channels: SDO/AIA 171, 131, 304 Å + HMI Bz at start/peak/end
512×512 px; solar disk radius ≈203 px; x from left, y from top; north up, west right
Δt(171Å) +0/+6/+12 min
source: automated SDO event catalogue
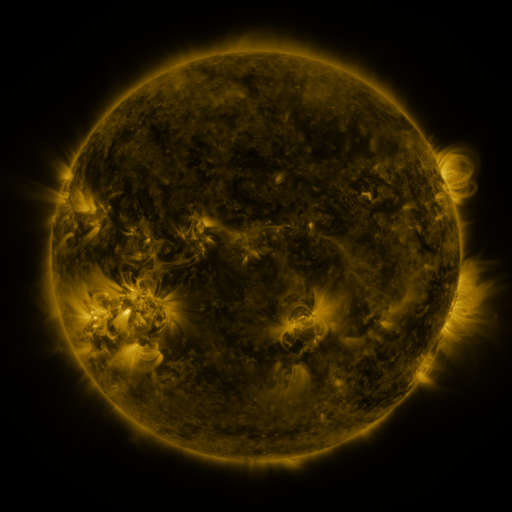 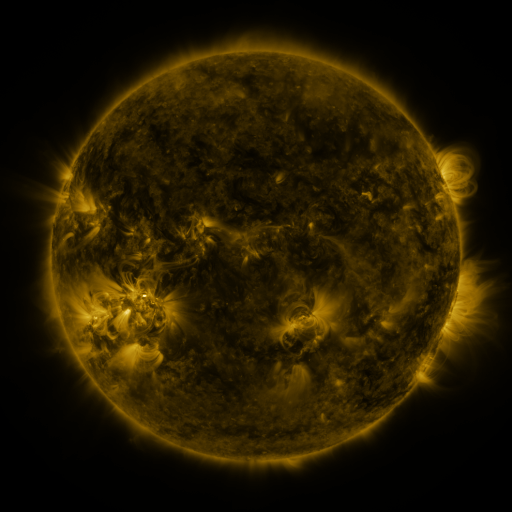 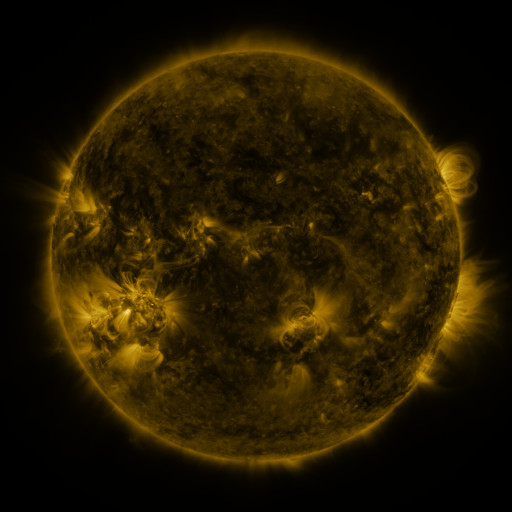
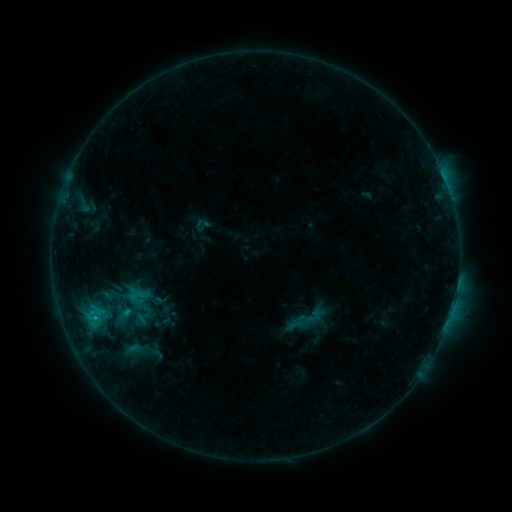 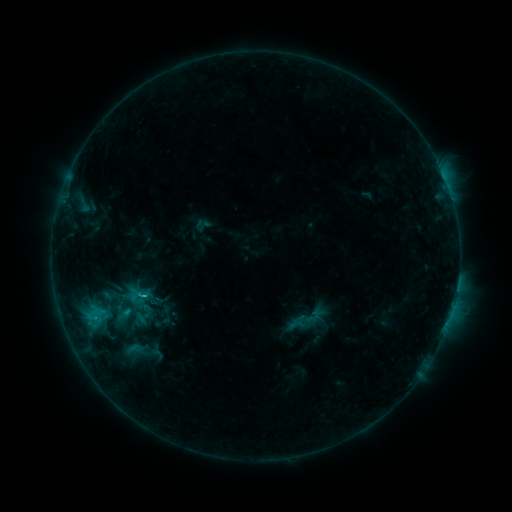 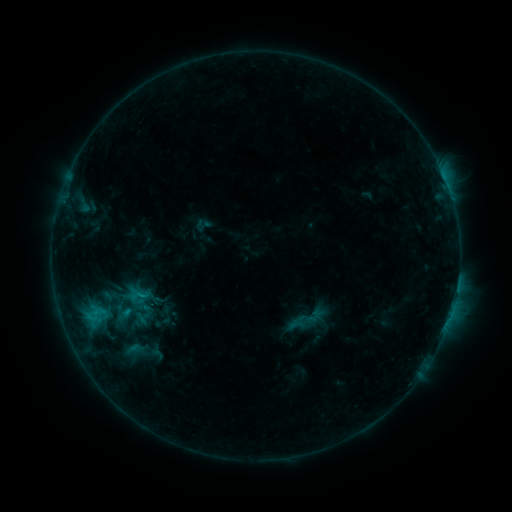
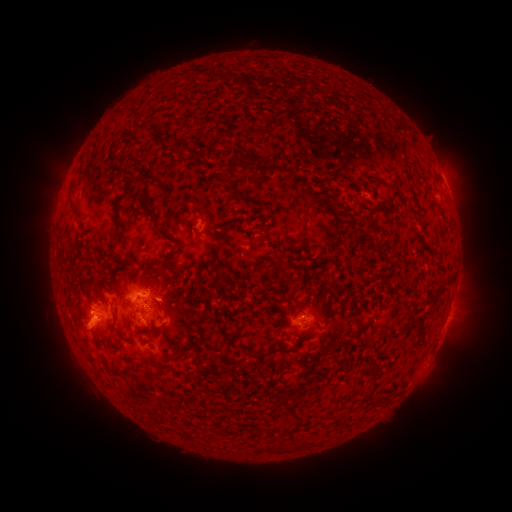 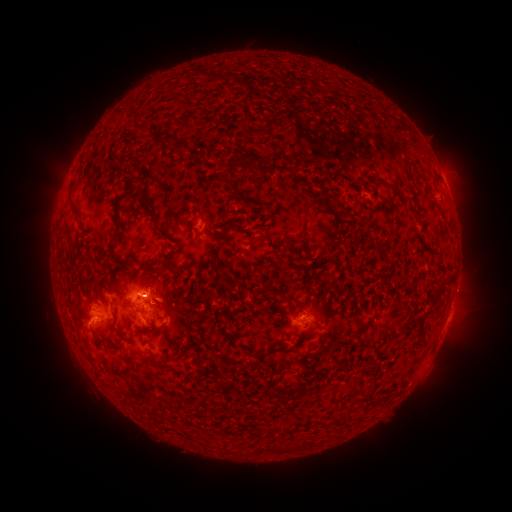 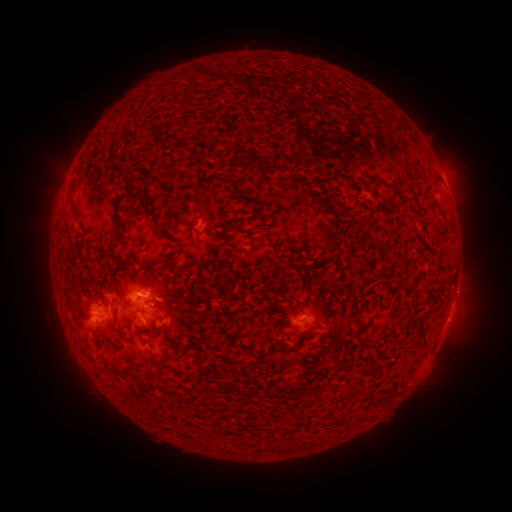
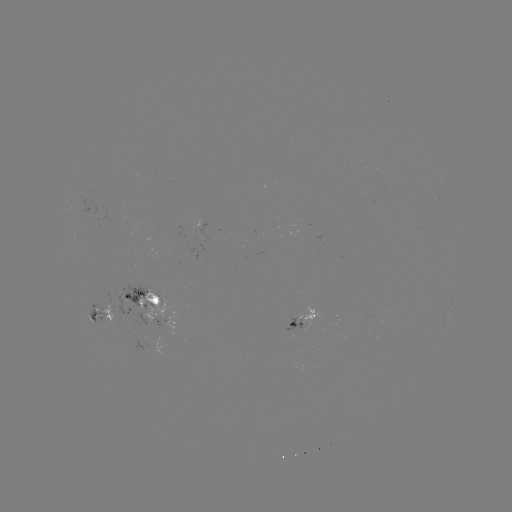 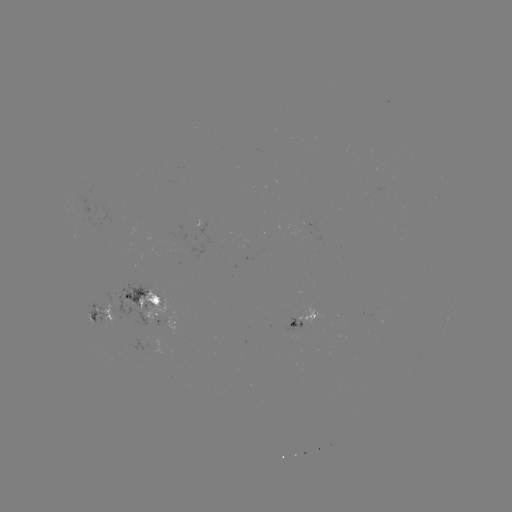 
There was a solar flare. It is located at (145, 294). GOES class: C1.2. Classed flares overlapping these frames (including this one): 1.